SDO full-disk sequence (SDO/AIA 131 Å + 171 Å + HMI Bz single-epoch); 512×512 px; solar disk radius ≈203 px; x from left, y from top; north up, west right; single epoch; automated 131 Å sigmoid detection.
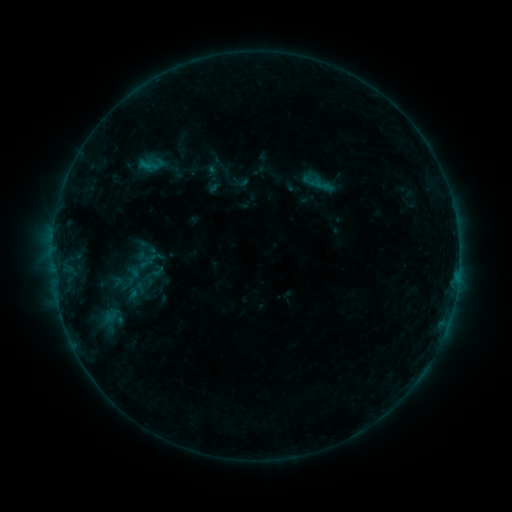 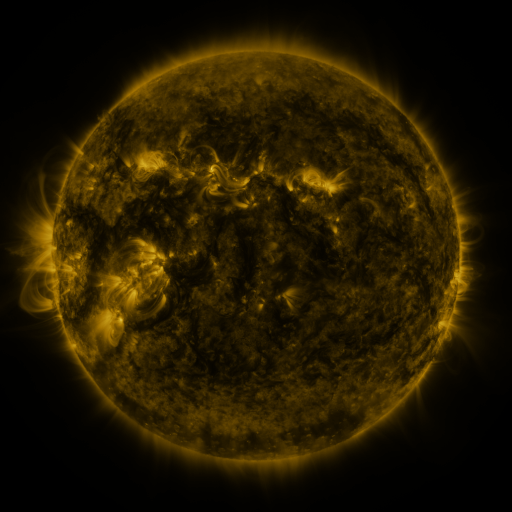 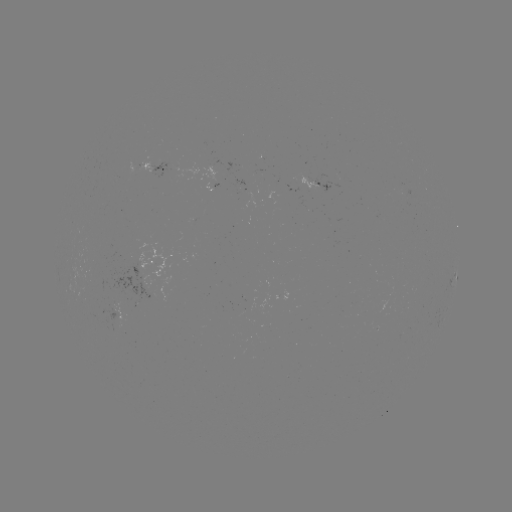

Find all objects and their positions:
sigmoid: (142, 280)
